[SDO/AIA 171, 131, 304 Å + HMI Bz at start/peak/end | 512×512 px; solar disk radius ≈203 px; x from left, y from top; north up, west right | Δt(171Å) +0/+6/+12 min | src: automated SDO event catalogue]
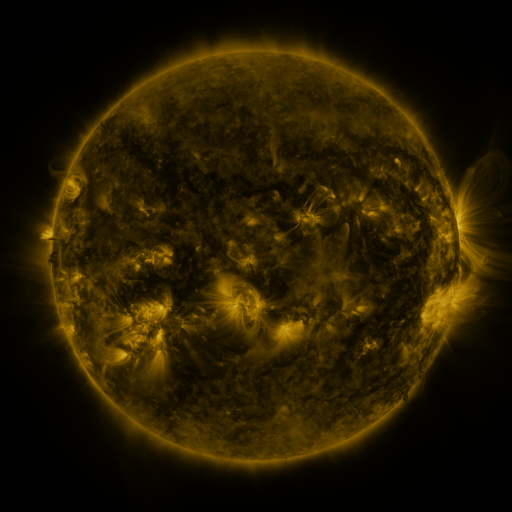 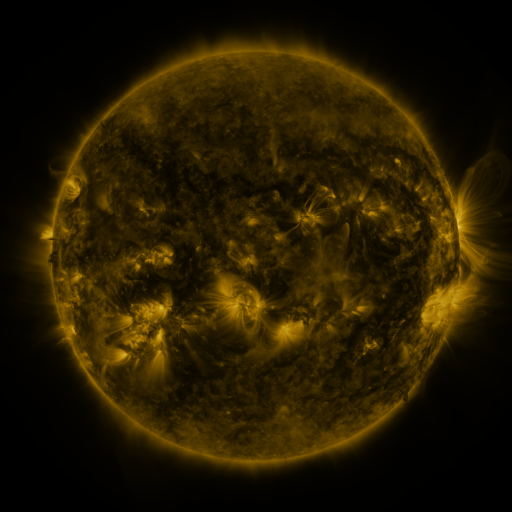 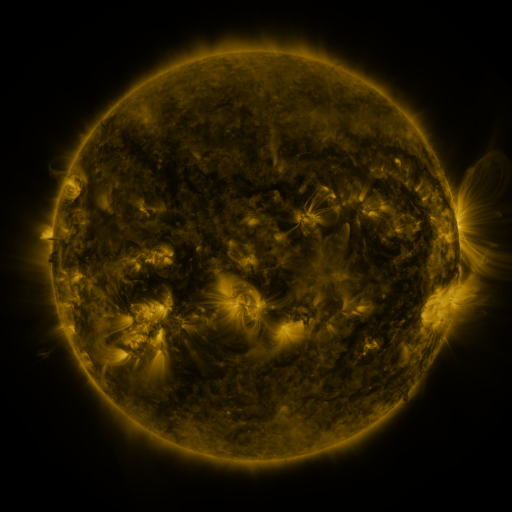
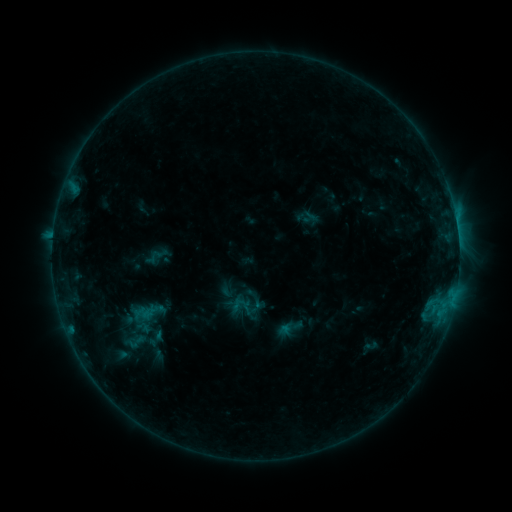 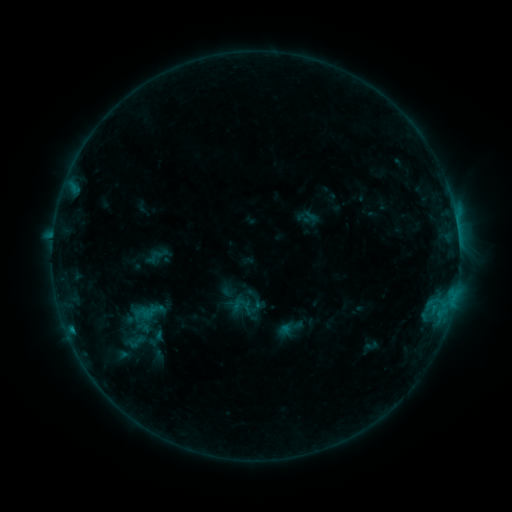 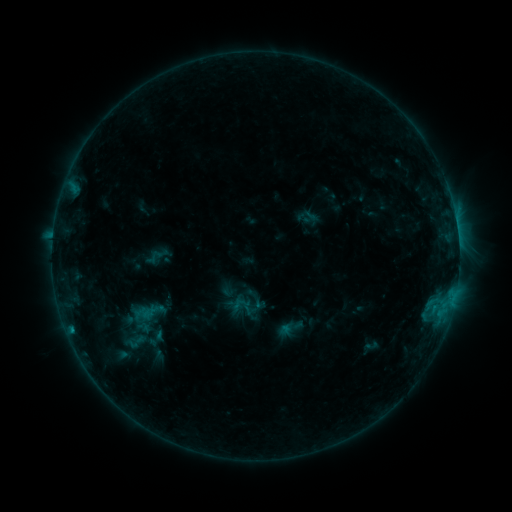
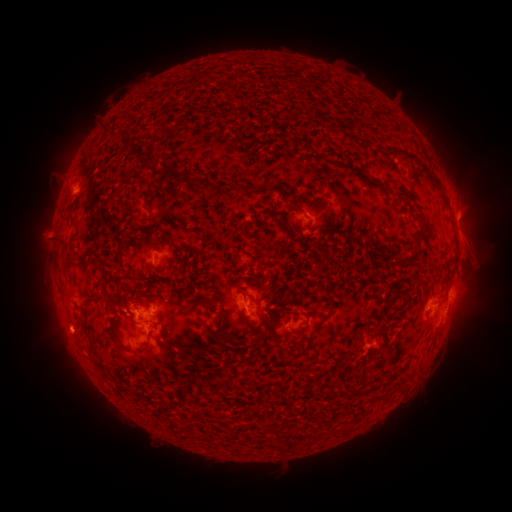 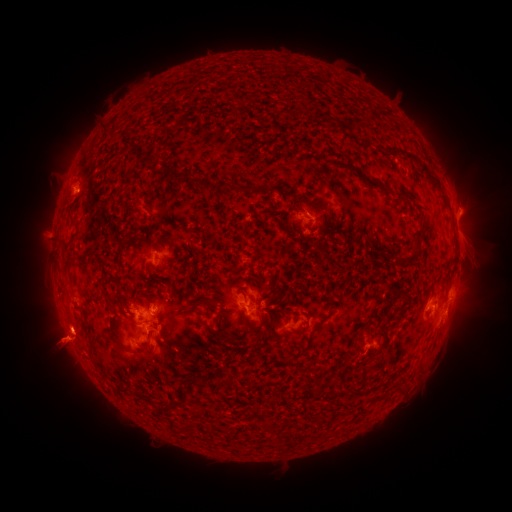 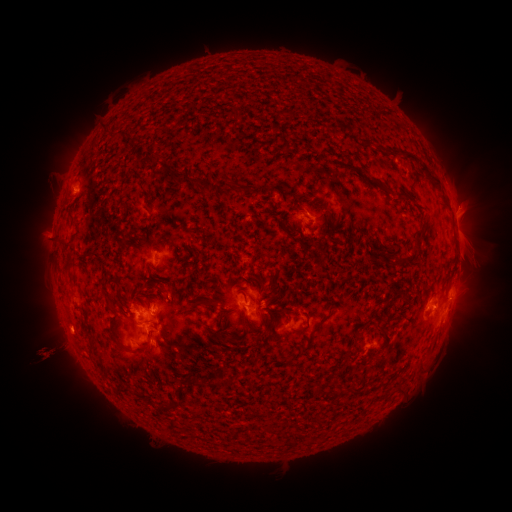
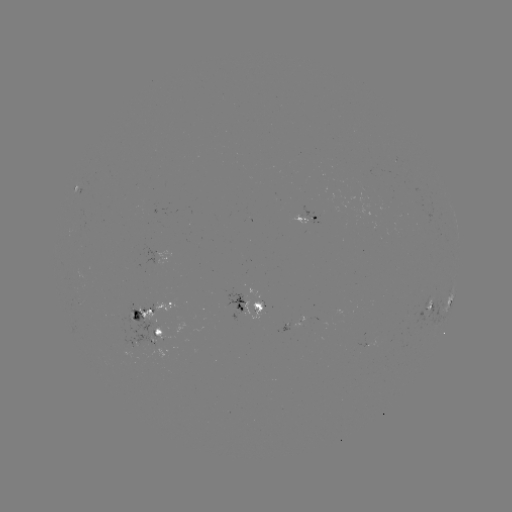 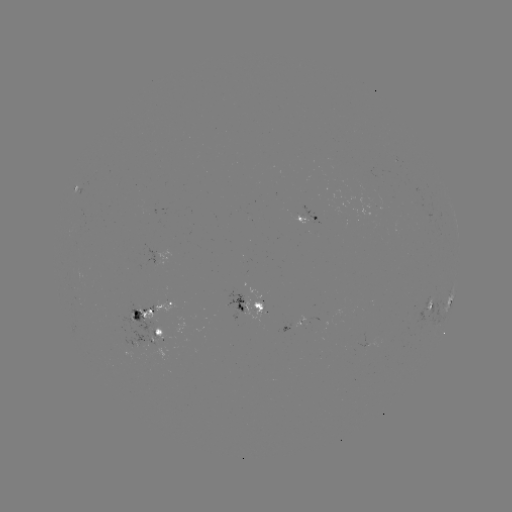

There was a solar eruption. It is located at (66, 347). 